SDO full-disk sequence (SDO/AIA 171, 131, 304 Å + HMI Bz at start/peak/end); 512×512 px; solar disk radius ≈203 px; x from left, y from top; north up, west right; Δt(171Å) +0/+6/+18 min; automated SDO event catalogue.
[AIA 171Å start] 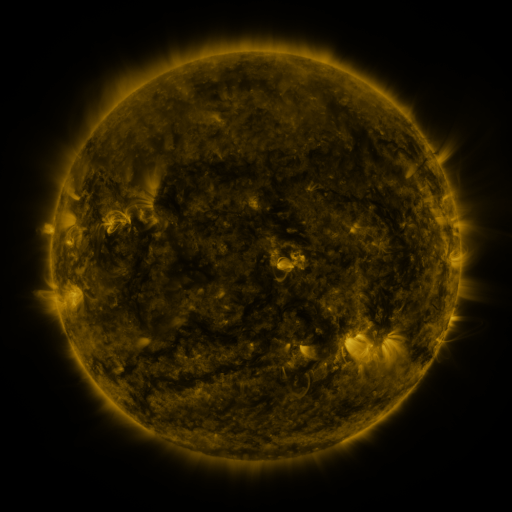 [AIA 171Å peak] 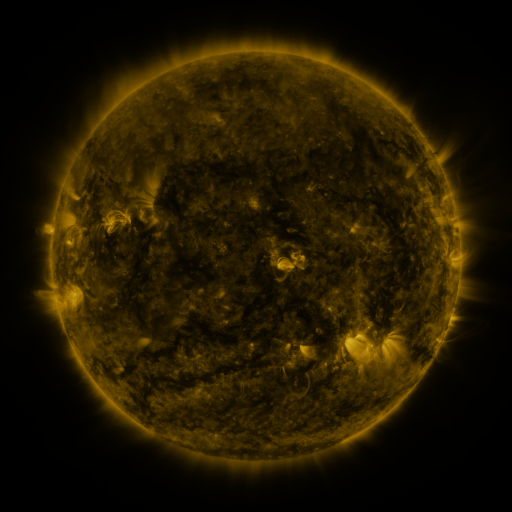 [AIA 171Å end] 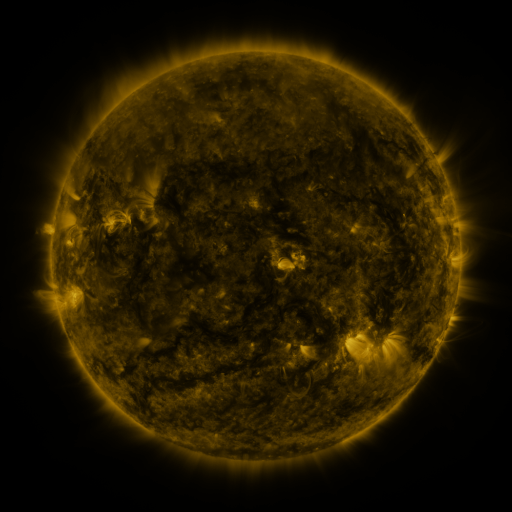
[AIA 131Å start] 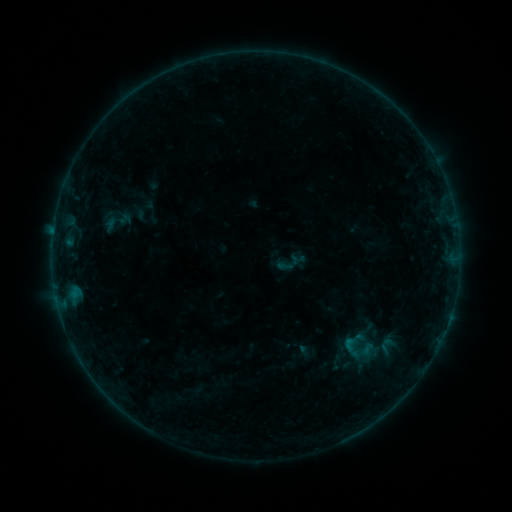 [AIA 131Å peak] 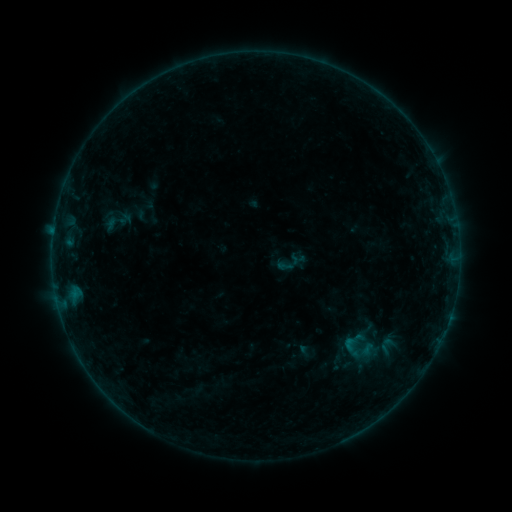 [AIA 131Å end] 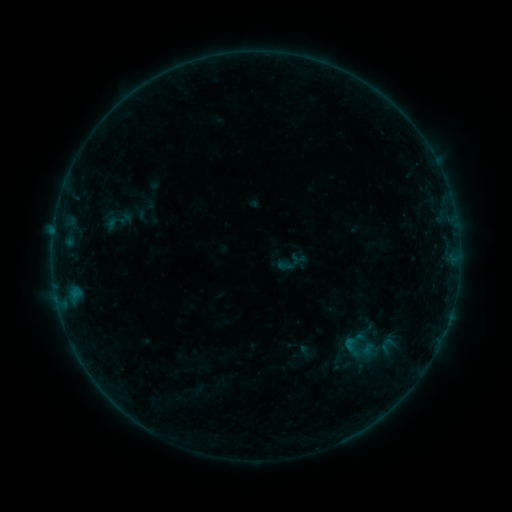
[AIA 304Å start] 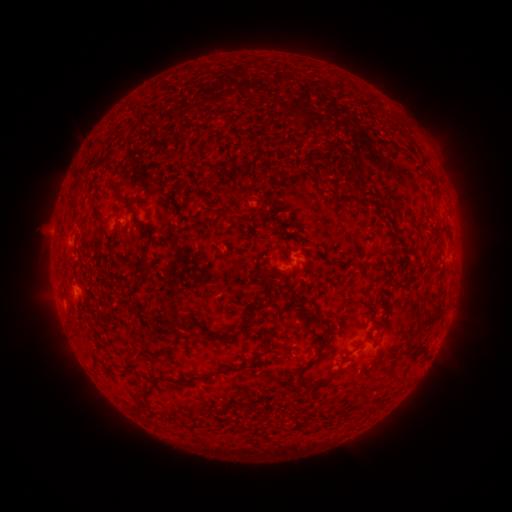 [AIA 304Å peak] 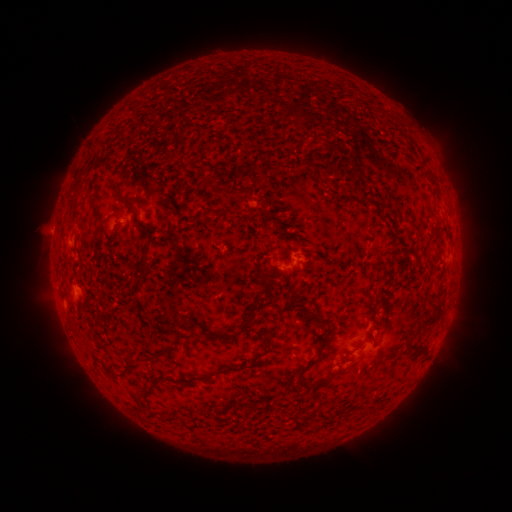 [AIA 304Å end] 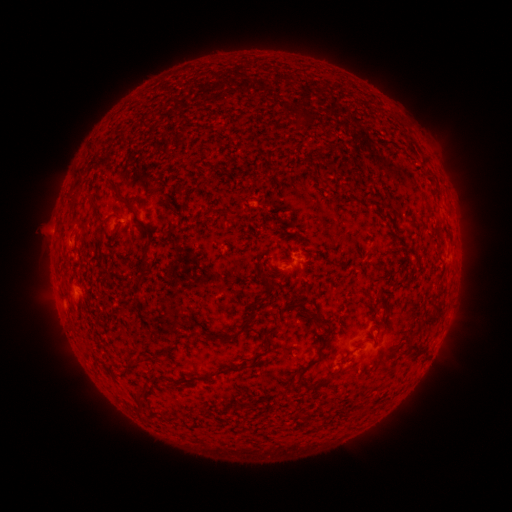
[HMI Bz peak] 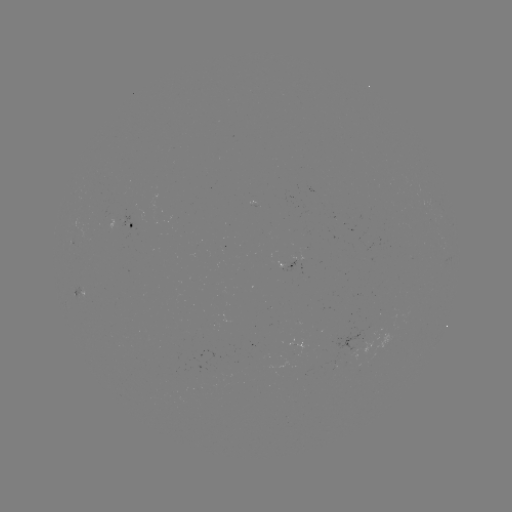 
nothing was catalogued: no classed flare, no EUV trigger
